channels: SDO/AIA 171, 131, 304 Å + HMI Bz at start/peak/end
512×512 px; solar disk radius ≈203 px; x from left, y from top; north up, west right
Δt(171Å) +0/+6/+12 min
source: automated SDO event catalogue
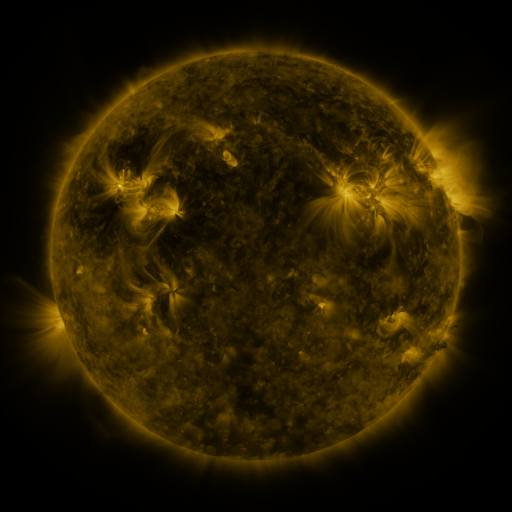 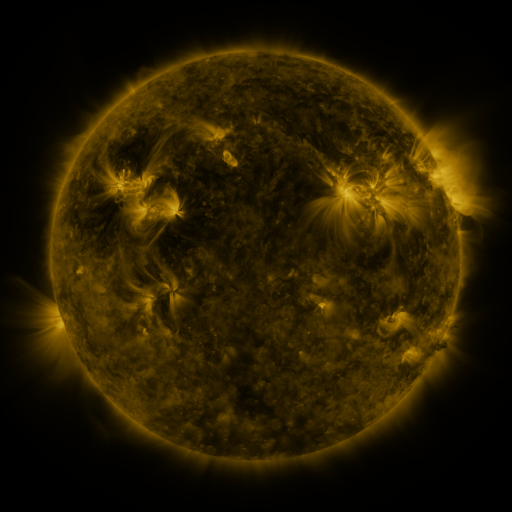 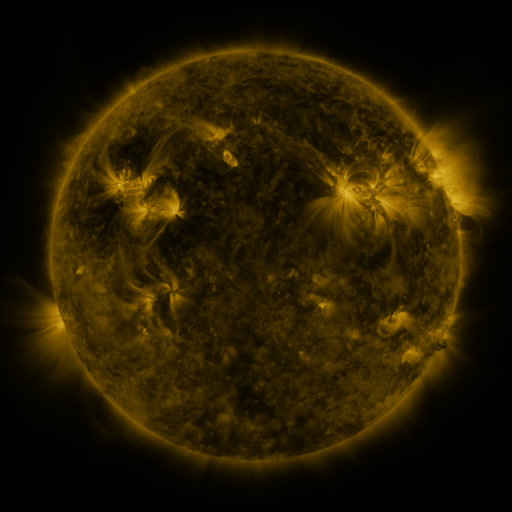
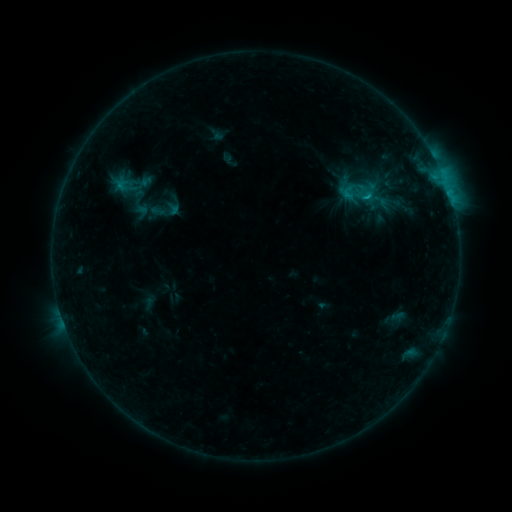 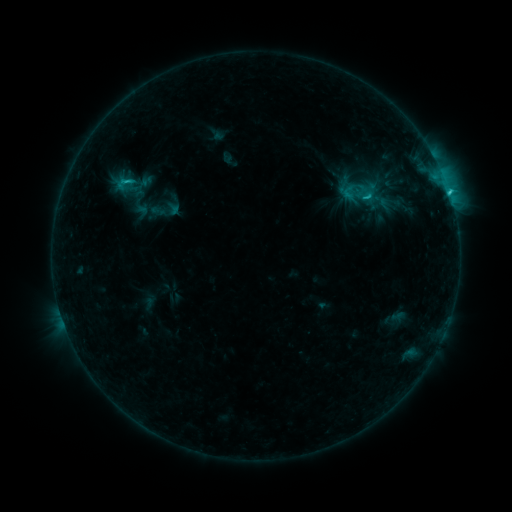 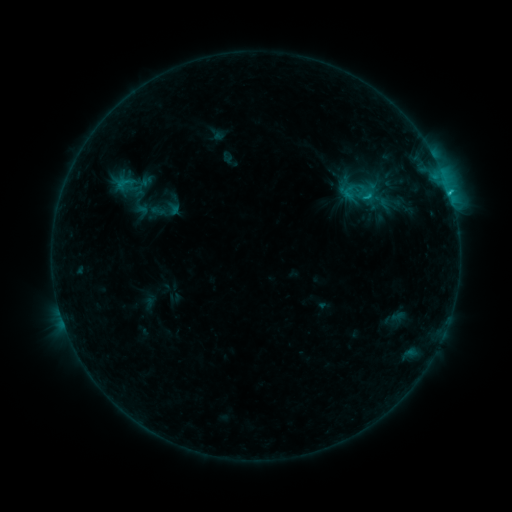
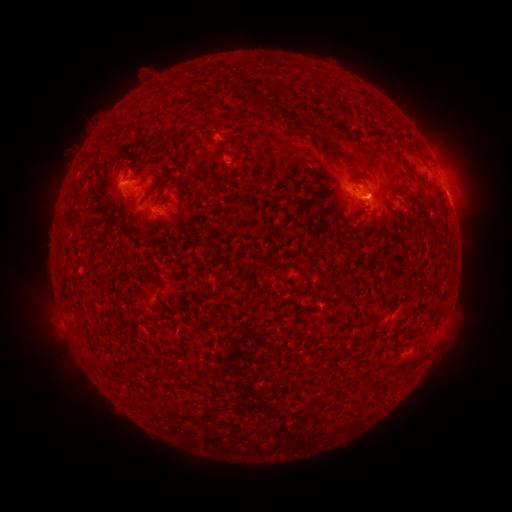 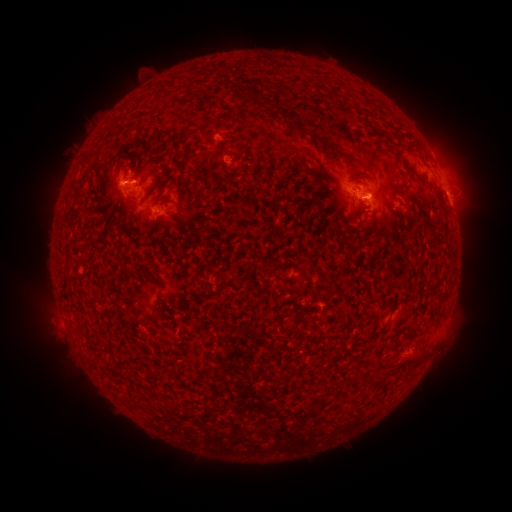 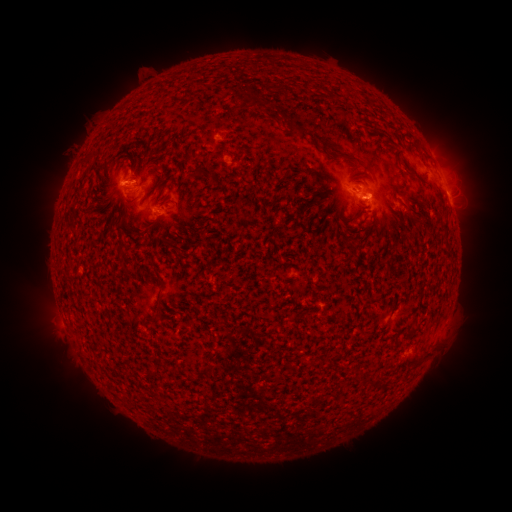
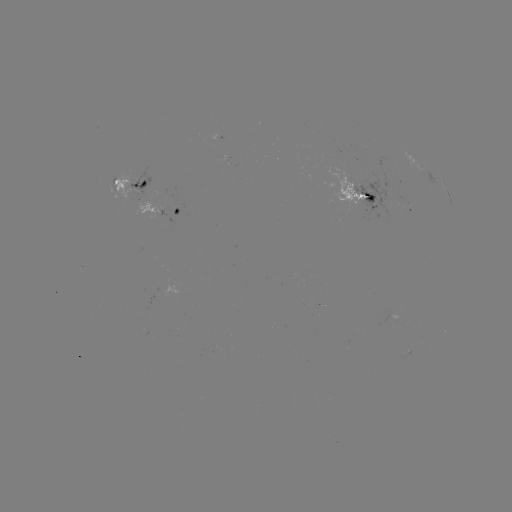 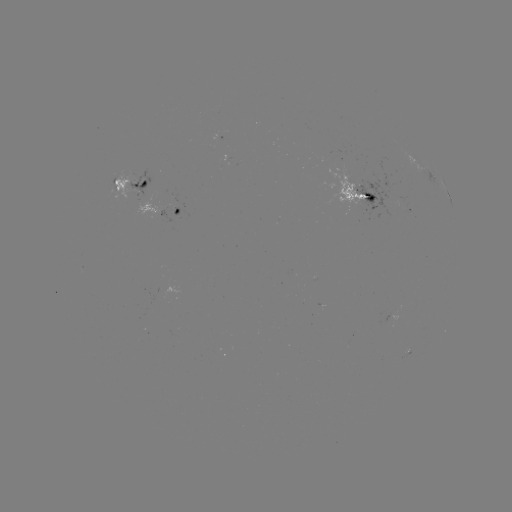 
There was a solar flare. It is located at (448, 192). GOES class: C1.8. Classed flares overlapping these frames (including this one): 1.